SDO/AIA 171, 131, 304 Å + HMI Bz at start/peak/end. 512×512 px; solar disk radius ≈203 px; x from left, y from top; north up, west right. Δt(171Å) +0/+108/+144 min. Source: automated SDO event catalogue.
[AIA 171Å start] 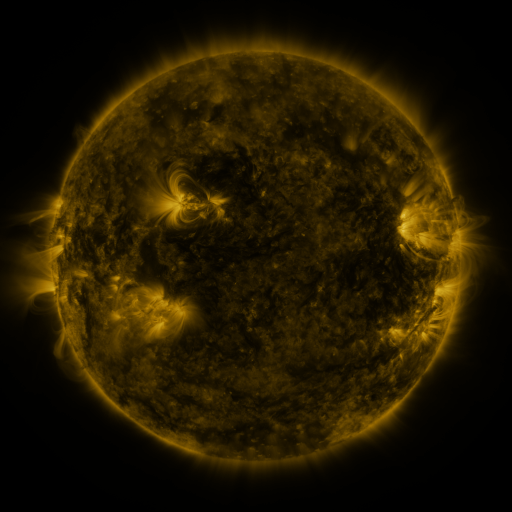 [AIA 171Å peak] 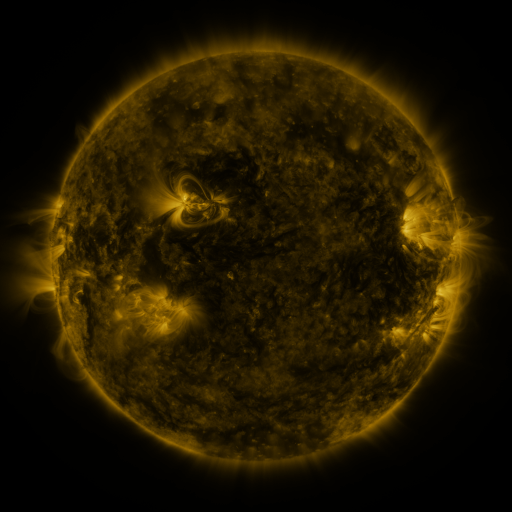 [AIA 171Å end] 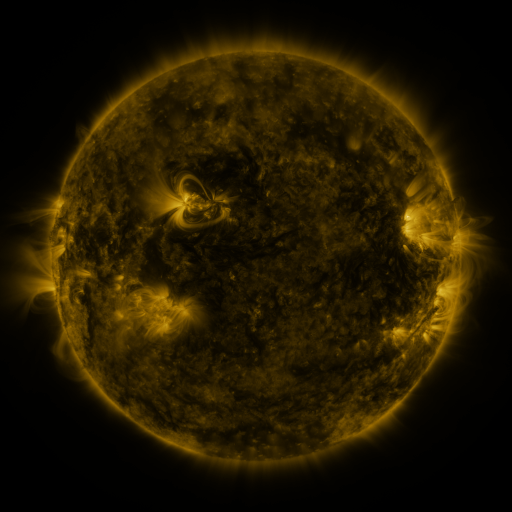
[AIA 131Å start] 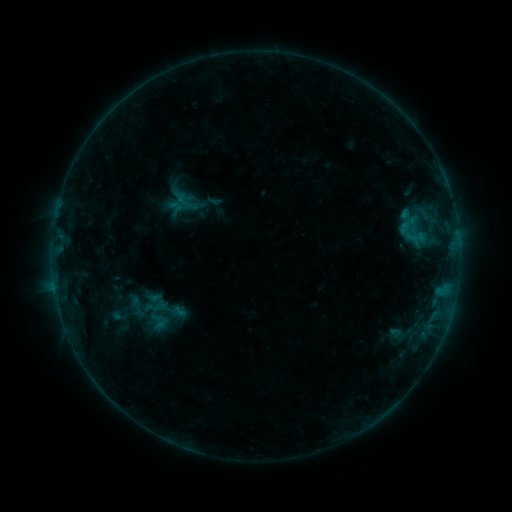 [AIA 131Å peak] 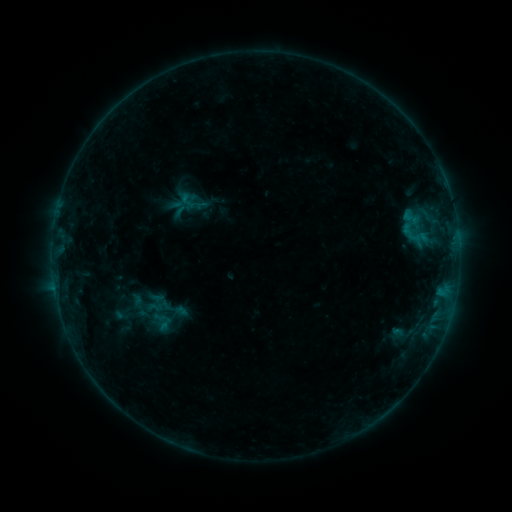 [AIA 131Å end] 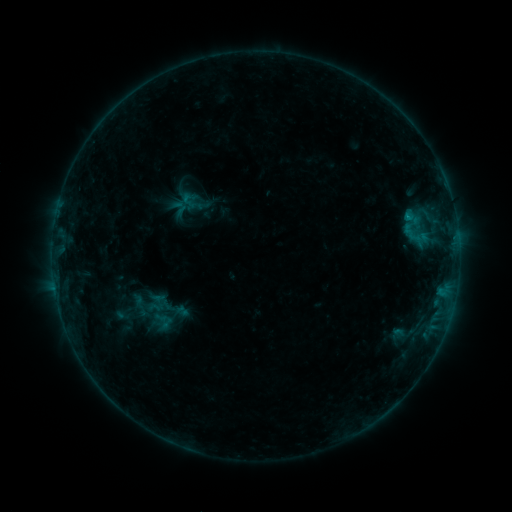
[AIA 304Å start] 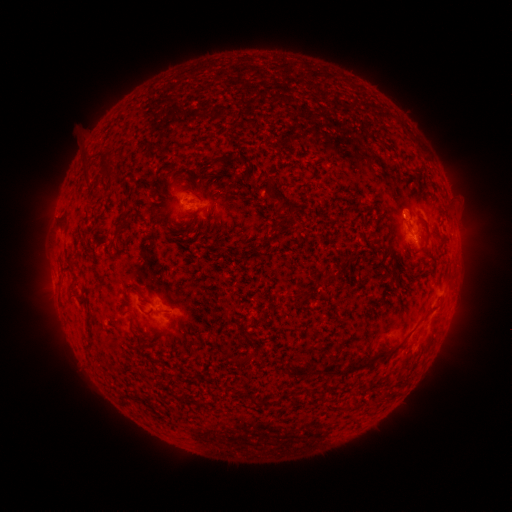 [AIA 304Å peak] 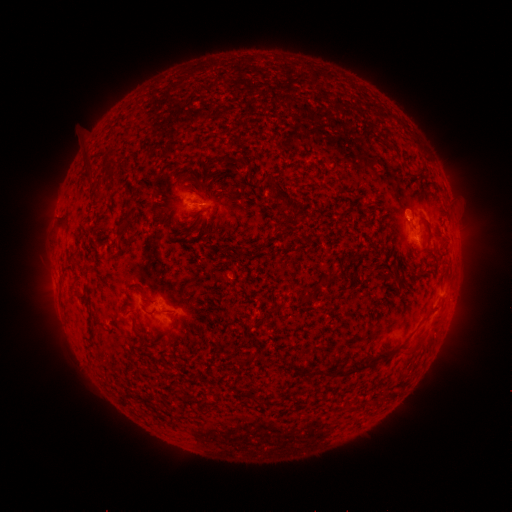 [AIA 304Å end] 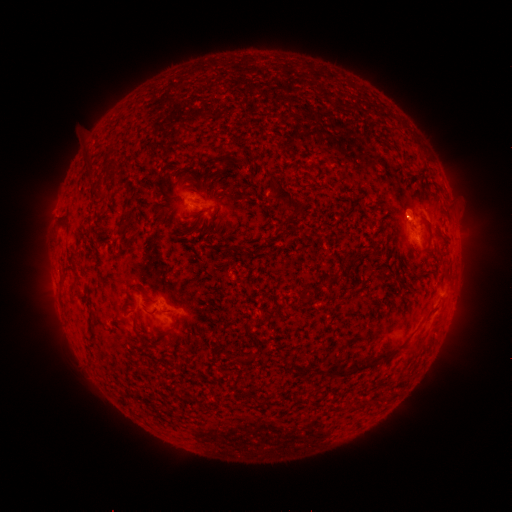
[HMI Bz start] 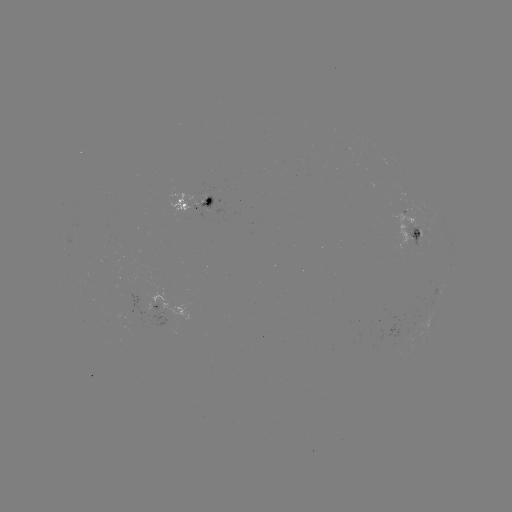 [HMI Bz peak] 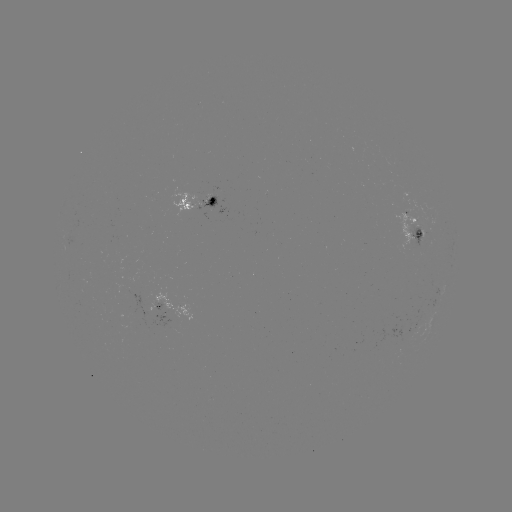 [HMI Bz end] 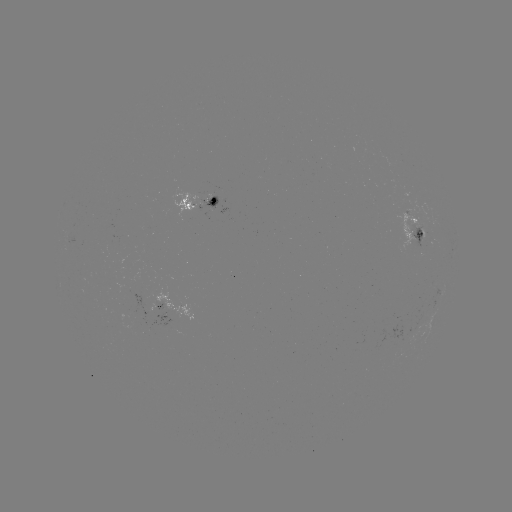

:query emerging-flux region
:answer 205,204